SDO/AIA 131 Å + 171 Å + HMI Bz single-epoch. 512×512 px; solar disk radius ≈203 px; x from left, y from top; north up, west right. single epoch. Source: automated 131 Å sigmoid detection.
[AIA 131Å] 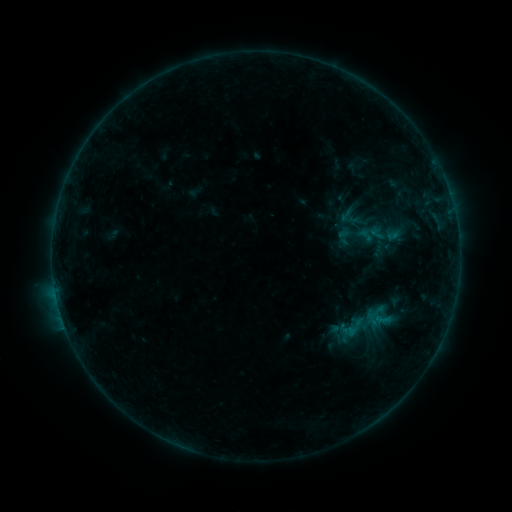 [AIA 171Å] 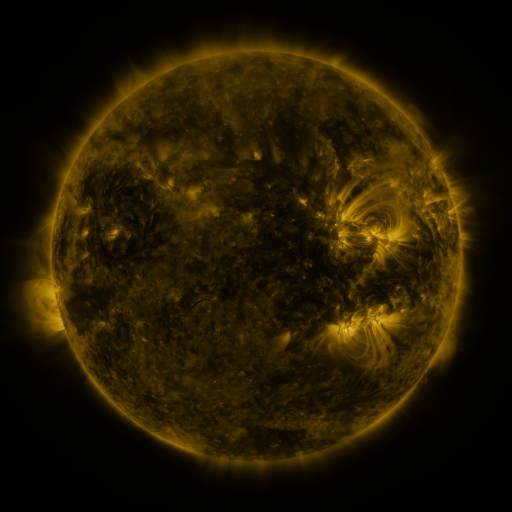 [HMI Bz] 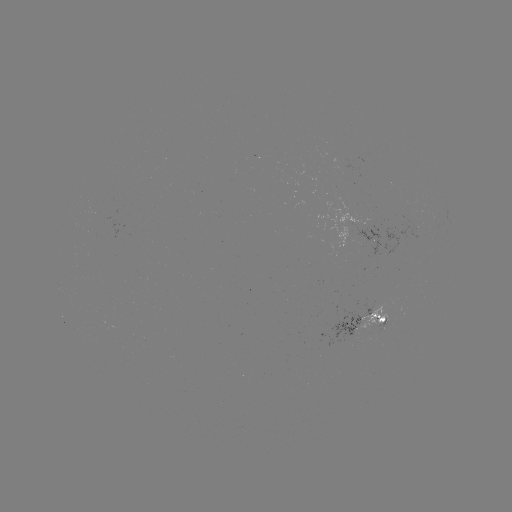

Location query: sigmoid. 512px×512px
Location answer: (352, 327).